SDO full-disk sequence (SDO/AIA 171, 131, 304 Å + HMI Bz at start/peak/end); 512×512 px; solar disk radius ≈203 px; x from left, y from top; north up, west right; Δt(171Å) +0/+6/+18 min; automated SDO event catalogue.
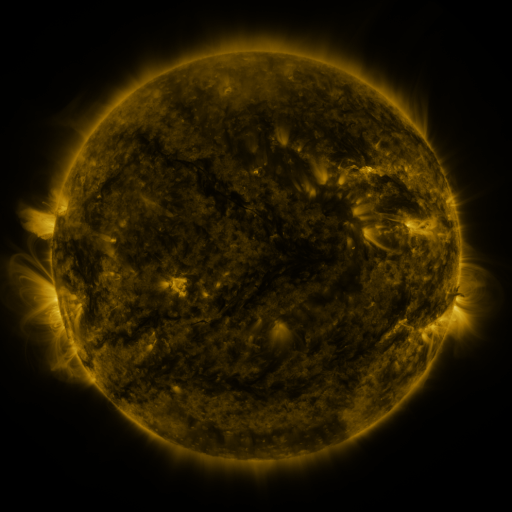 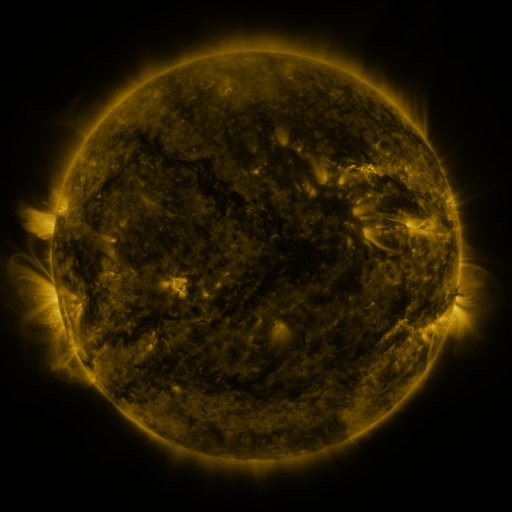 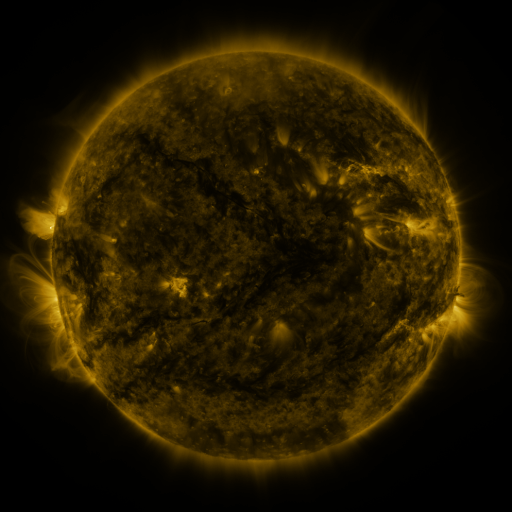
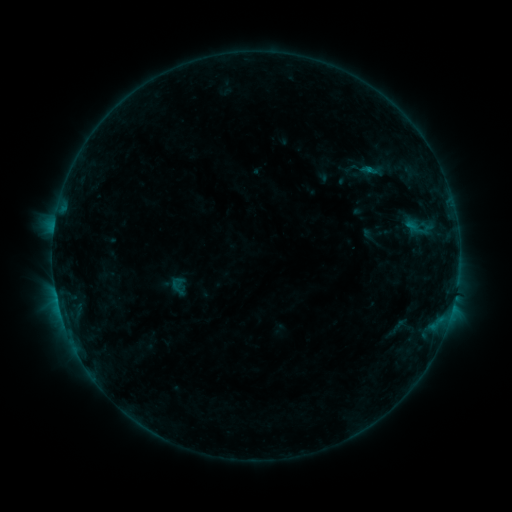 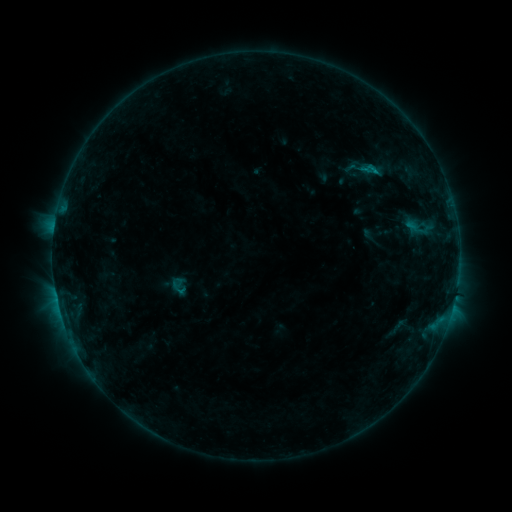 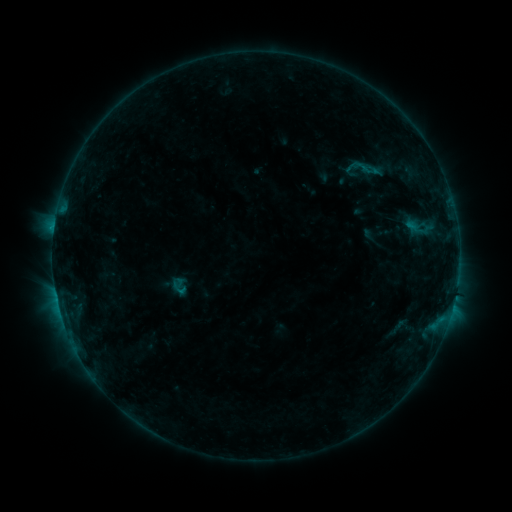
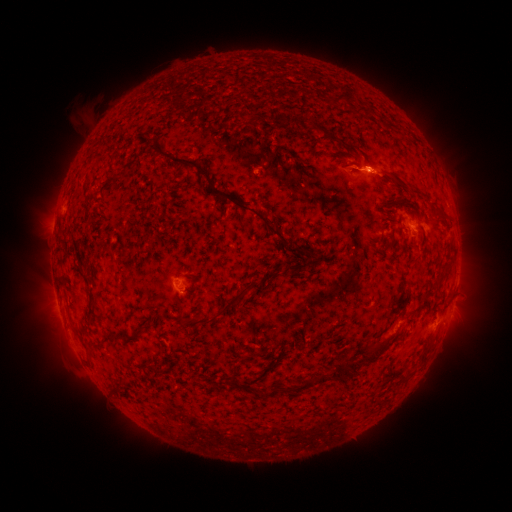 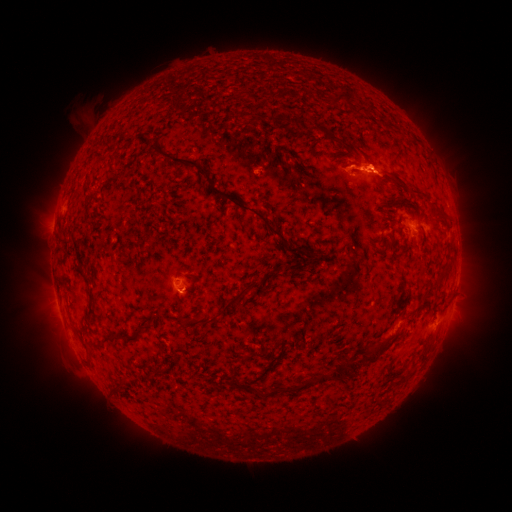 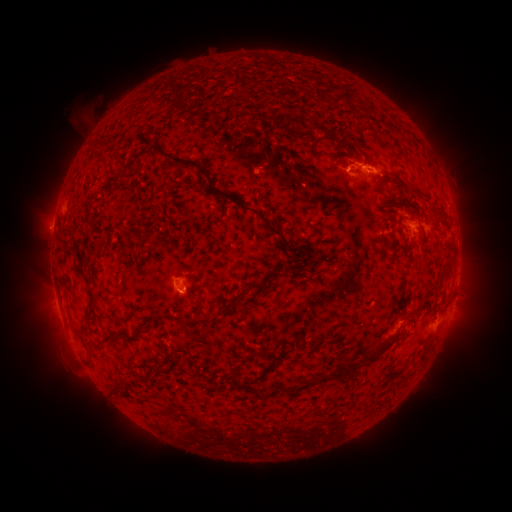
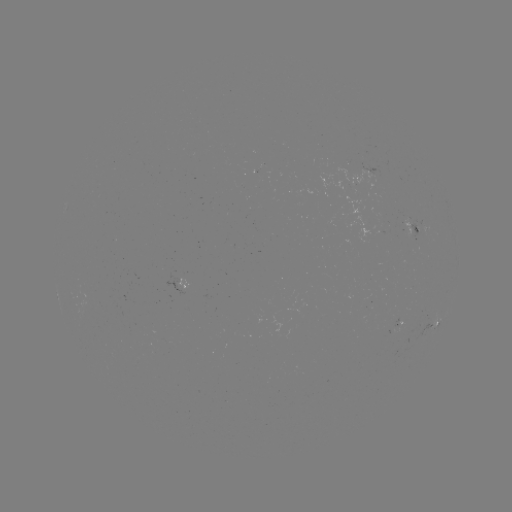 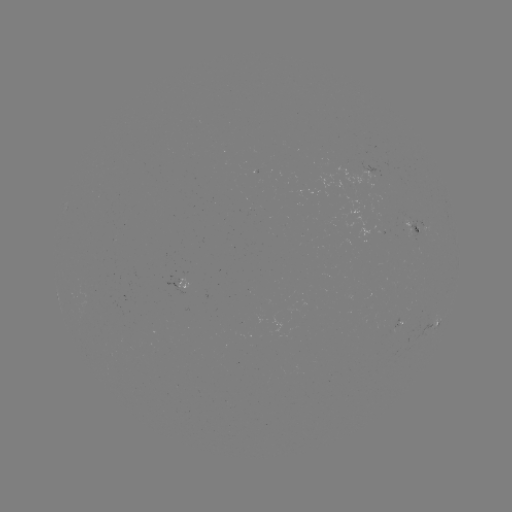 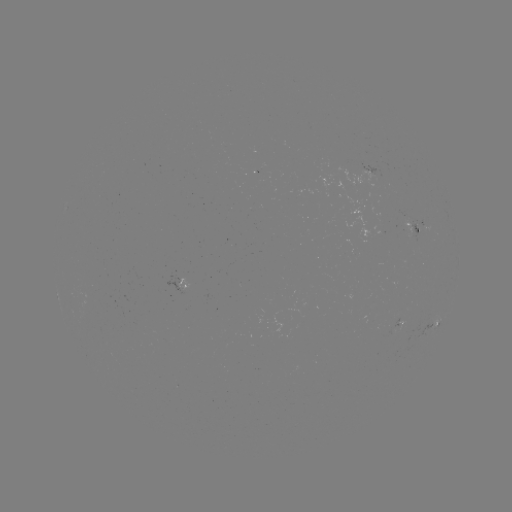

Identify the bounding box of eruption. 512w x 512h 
[326, 133, 405, 187].